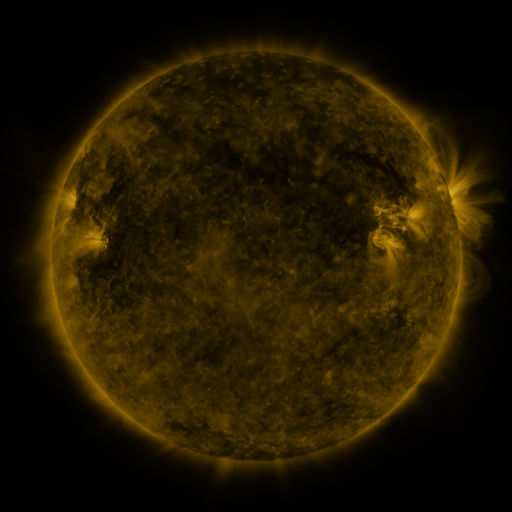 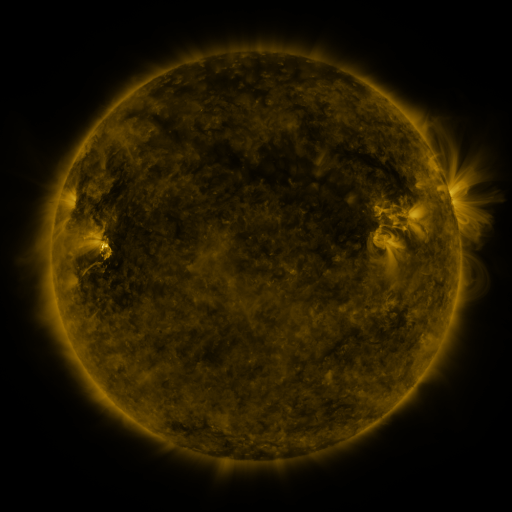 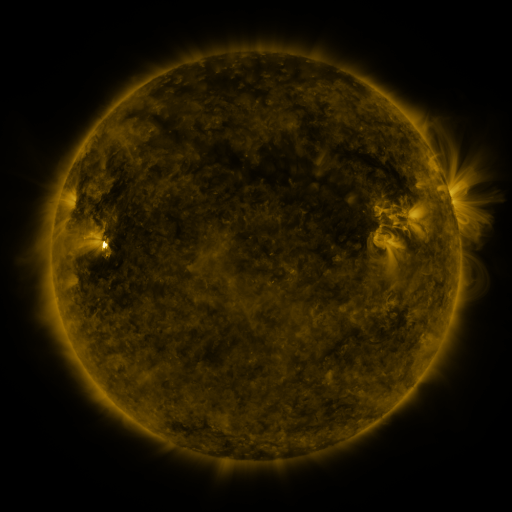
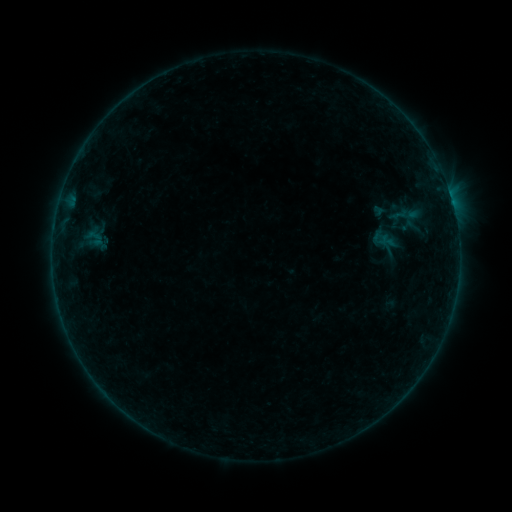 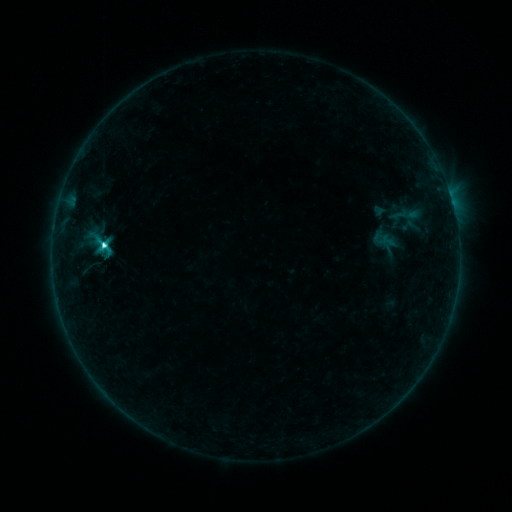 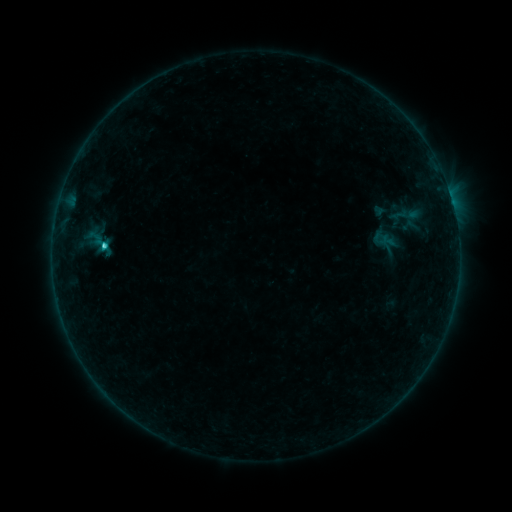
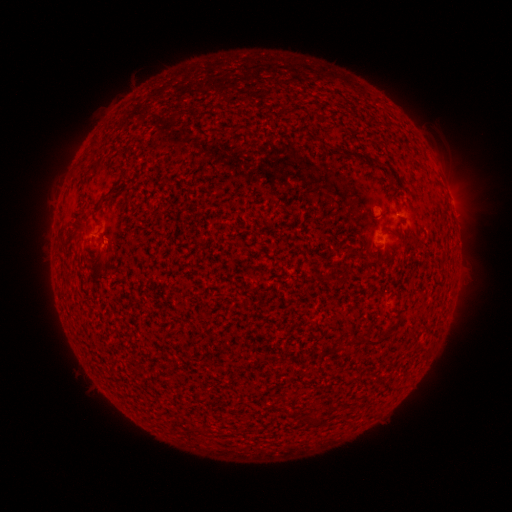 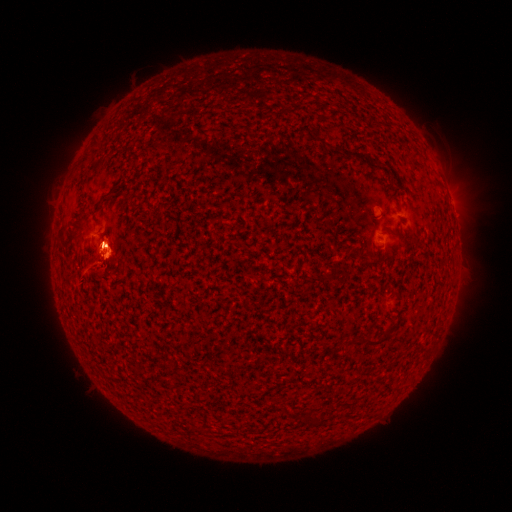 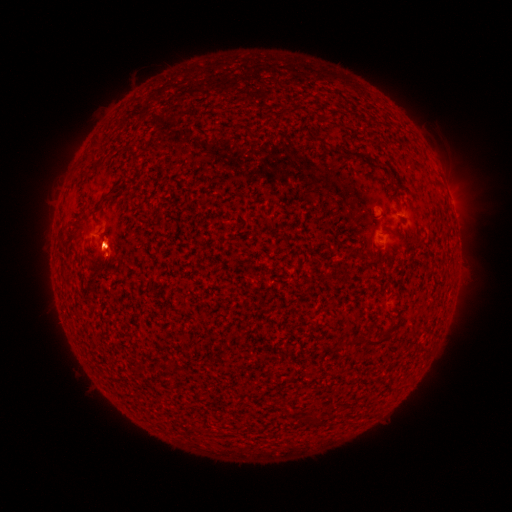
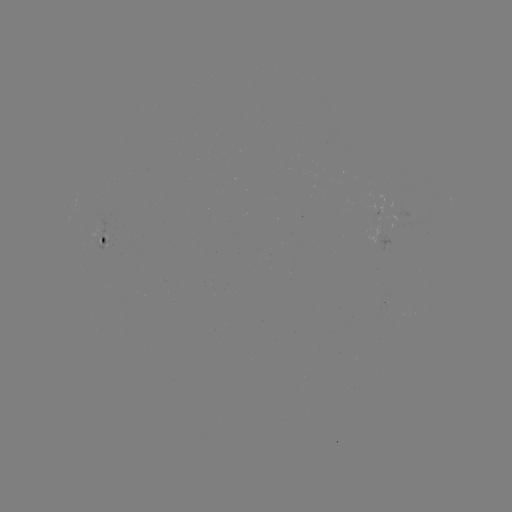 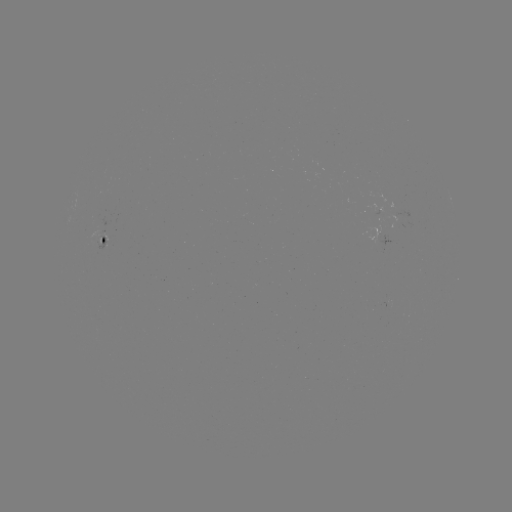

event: eruption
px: (105, 253)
